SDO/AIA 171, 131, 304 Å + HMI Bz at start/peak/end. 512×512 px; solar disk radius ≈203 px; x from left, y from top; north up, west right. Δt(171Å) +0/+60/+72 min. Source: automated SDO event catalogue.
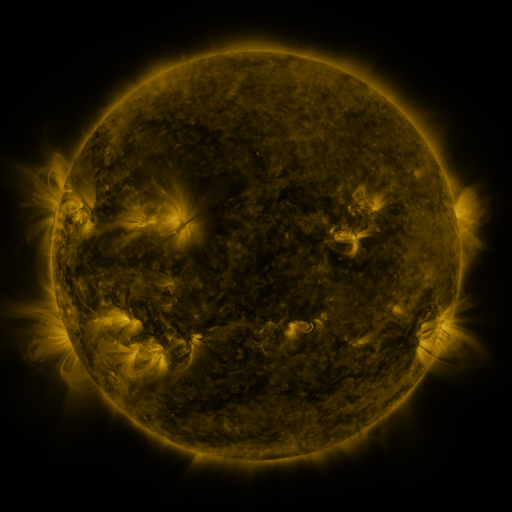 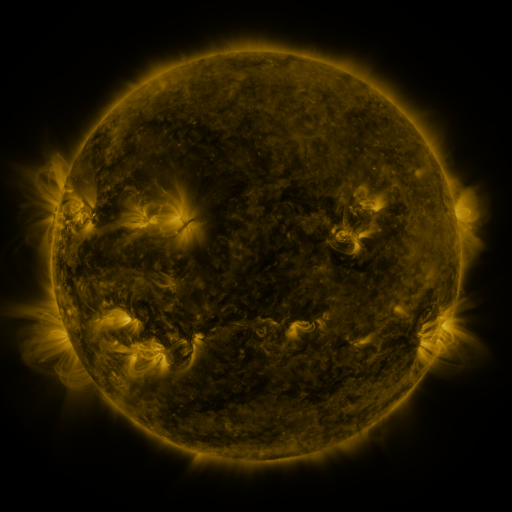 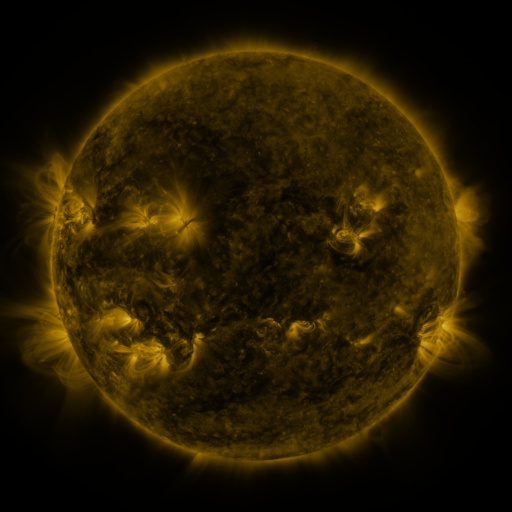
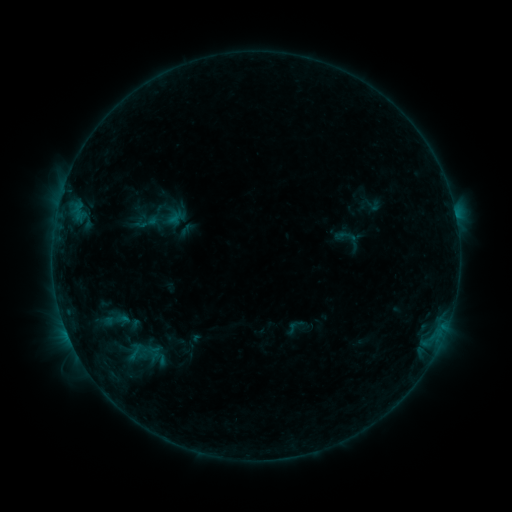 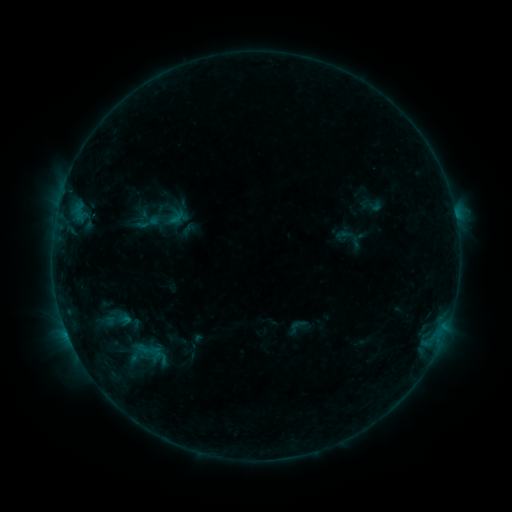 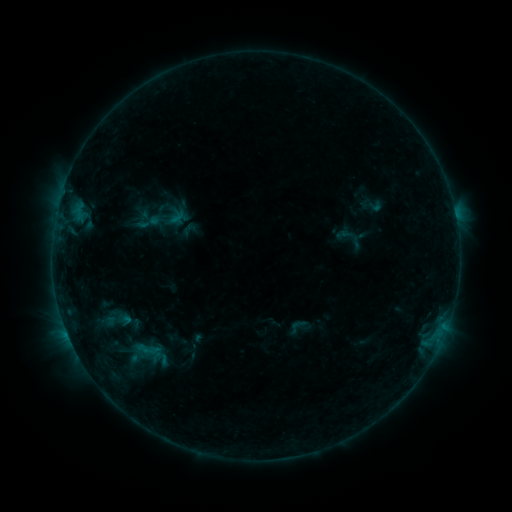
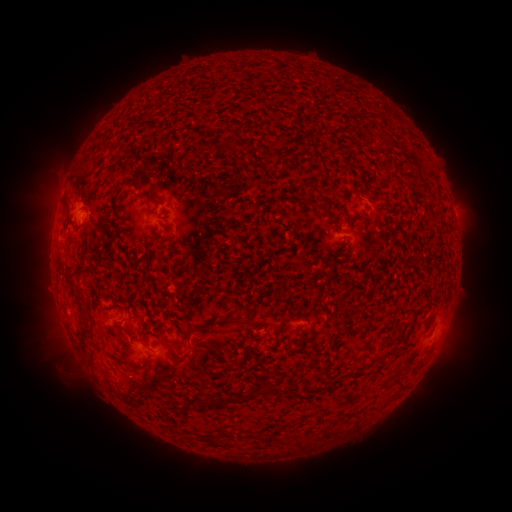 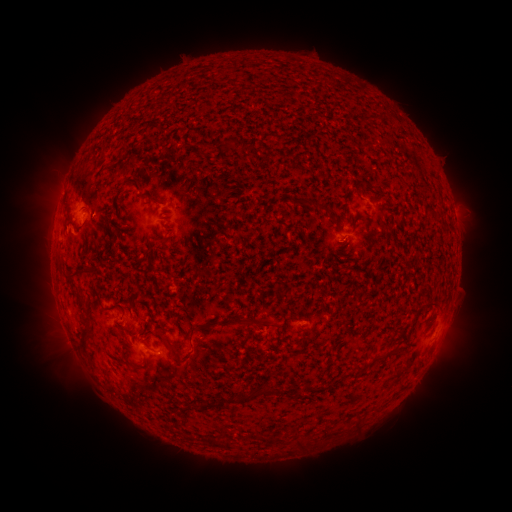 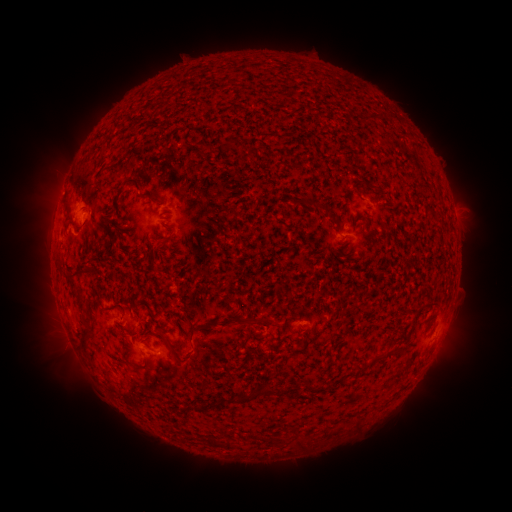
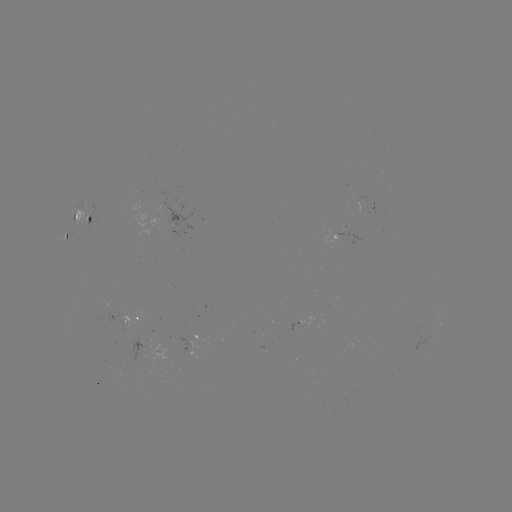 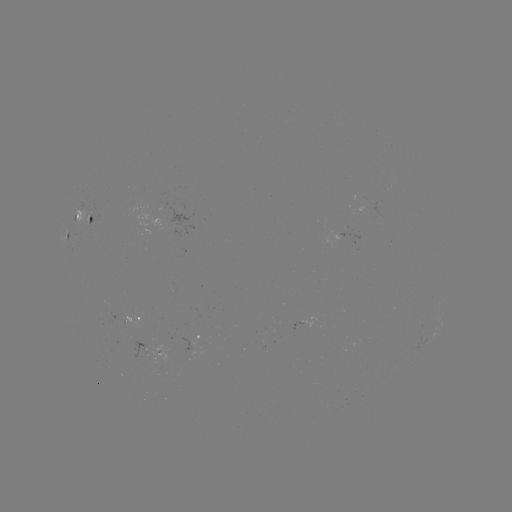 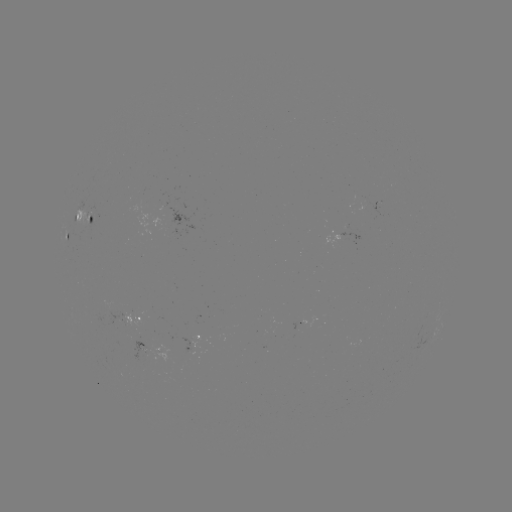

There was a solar emerging-flux region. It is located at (92, 215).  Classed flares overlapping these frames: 1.